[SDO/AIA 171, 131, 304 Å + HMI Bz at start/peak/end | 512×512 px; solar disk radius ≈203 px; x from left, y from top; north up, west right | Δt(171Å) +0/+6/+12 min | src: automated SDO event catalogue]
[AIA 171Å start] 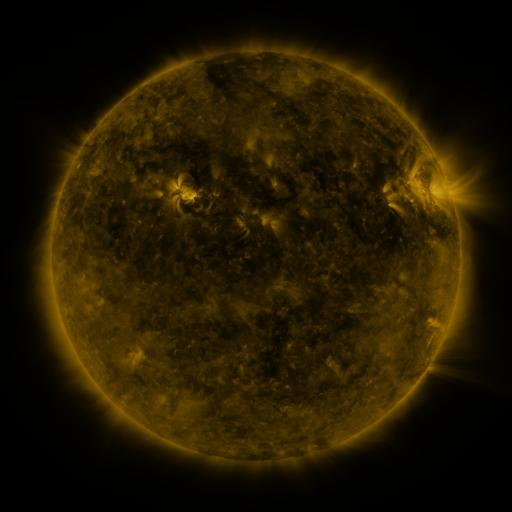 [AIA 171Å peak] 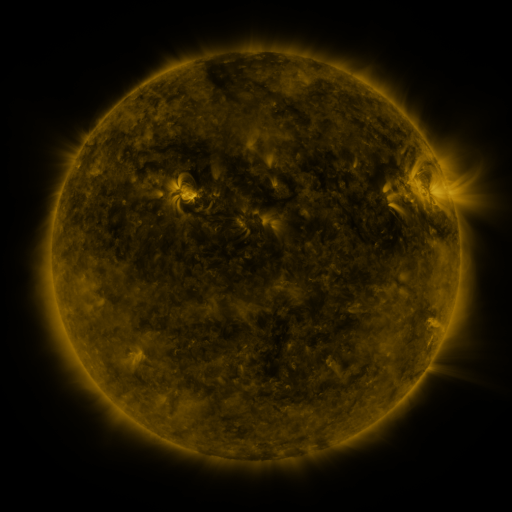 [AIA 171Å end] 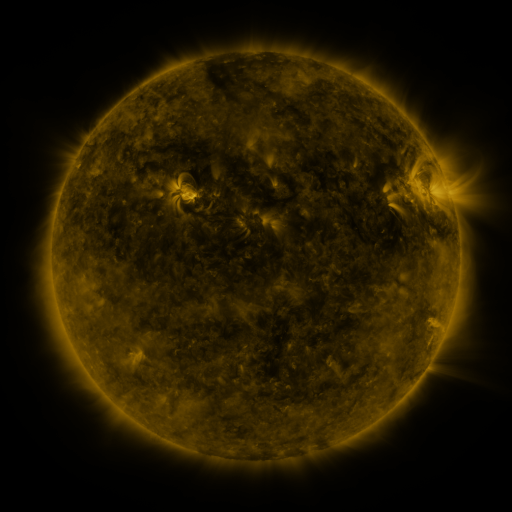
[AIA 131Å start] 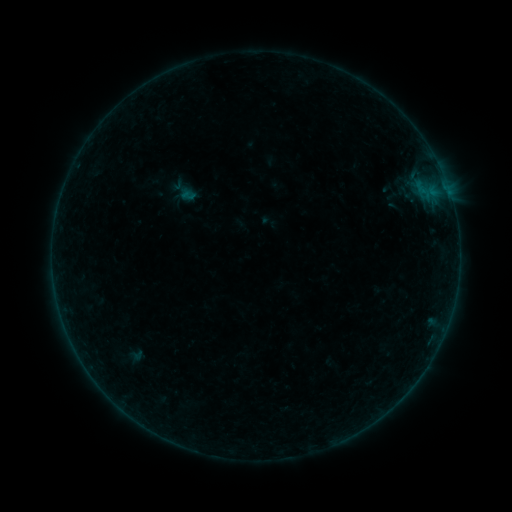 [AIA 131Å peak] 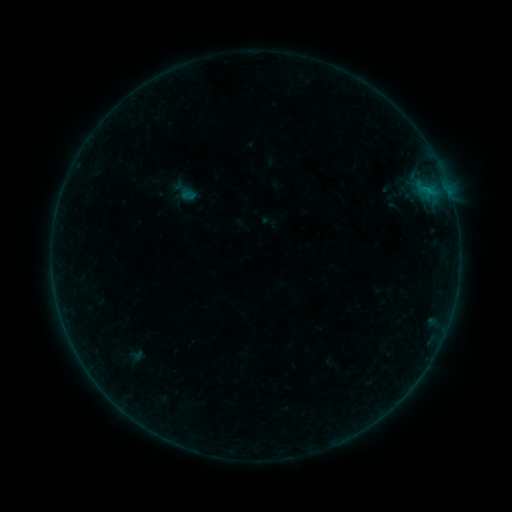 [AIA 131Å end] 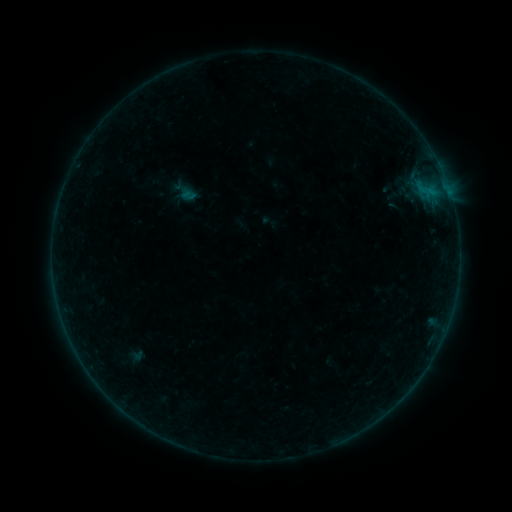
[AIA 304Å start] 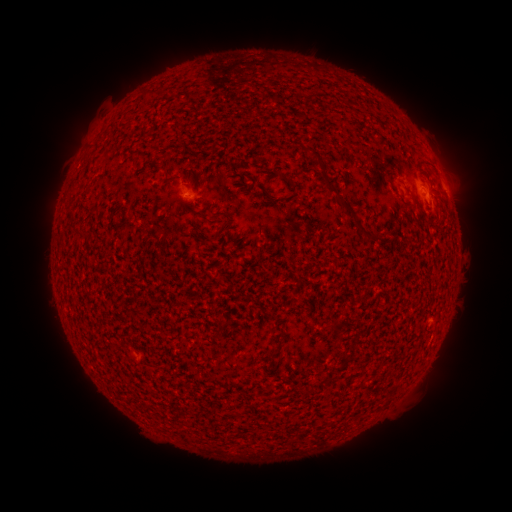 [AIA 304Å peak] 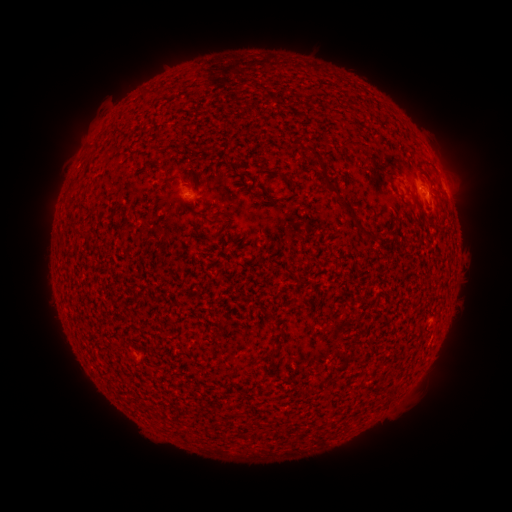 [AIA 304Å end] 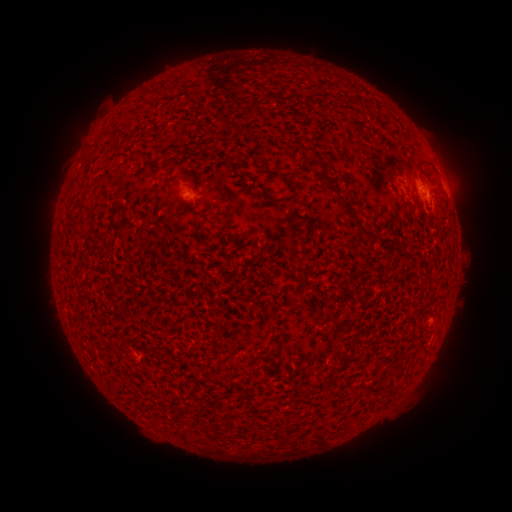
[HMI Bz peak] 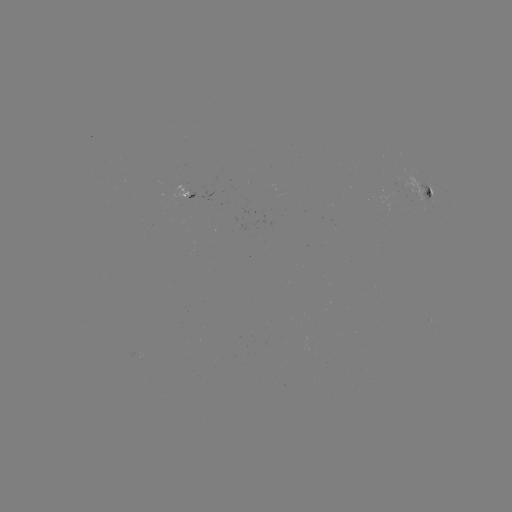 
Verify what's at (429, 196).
B1.9 flare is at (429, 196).